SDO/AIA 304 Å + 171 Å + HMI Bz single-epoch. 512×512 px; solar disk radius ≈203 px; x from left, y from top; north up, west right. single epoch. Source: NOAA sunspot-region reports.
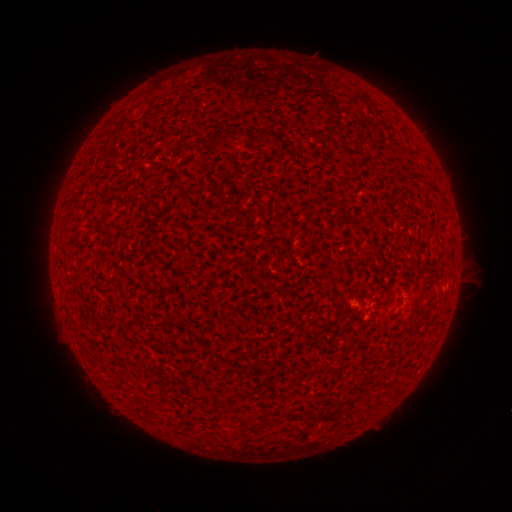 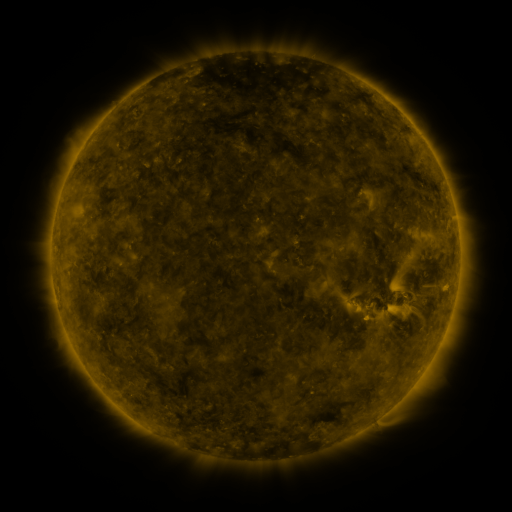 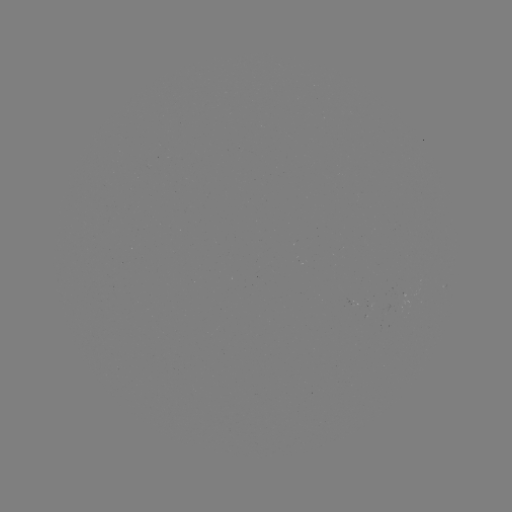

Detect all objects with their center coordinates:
(none)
